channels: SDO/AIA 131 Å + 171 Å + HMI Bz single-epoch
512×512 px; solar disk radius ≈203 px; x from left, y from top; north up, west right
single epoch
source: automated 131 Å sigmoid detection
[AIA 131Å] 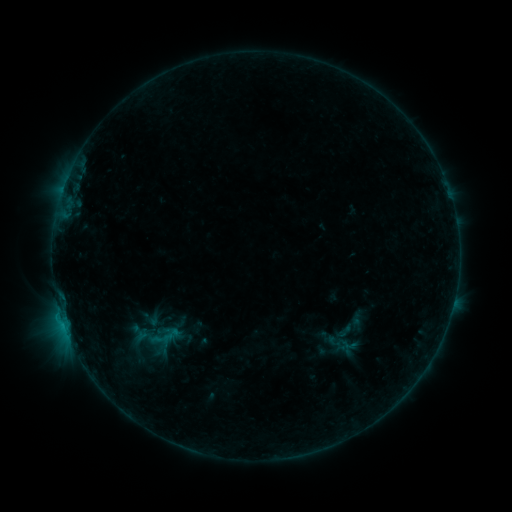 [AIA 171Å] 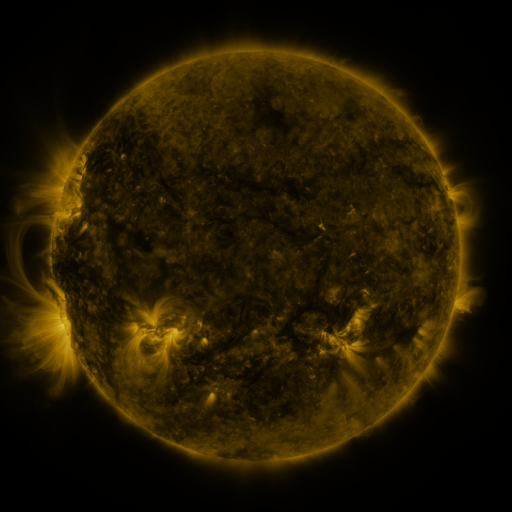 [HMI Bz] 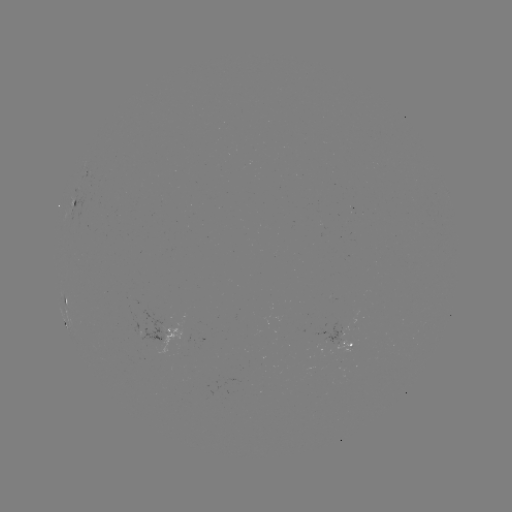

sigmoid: [139, 308, 164, 330]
